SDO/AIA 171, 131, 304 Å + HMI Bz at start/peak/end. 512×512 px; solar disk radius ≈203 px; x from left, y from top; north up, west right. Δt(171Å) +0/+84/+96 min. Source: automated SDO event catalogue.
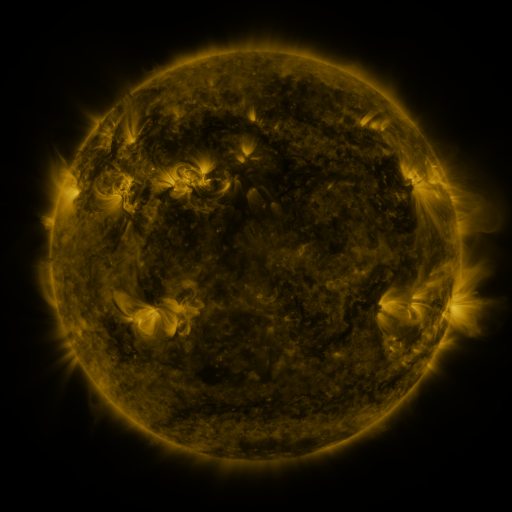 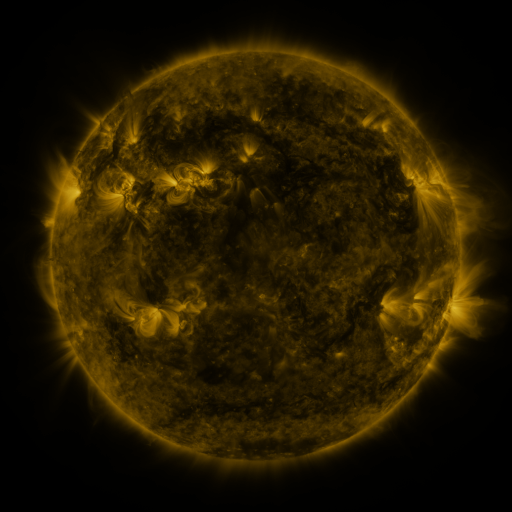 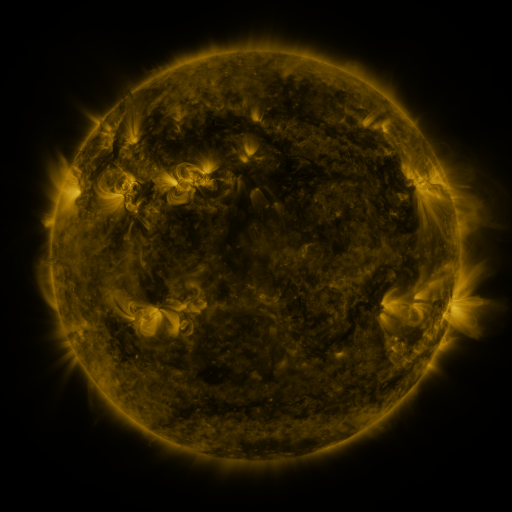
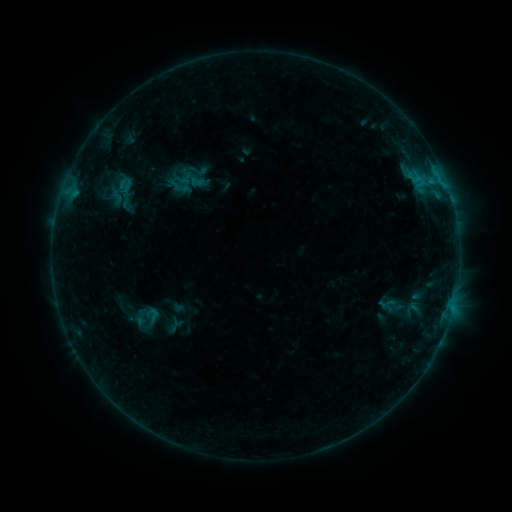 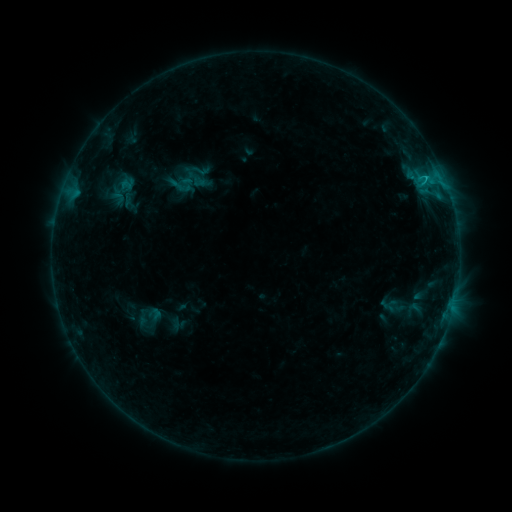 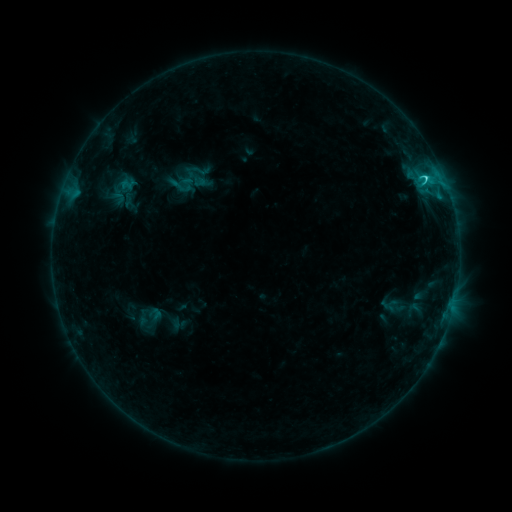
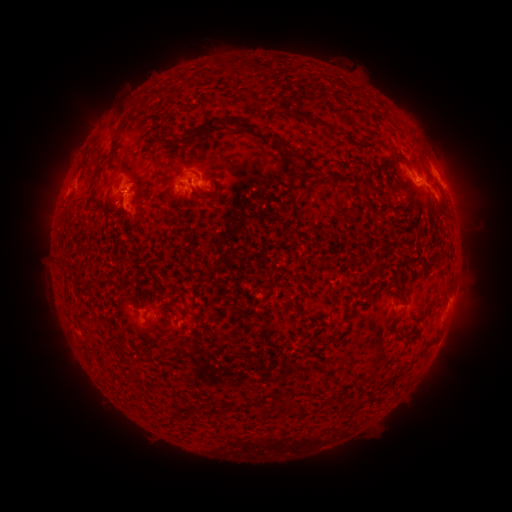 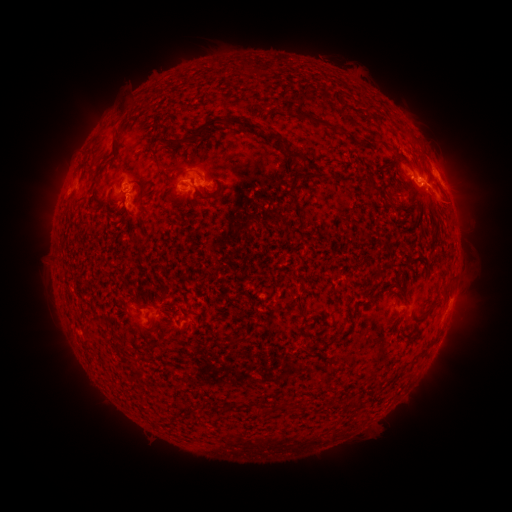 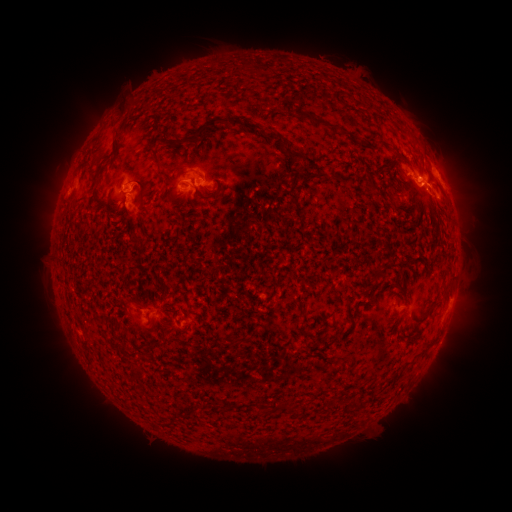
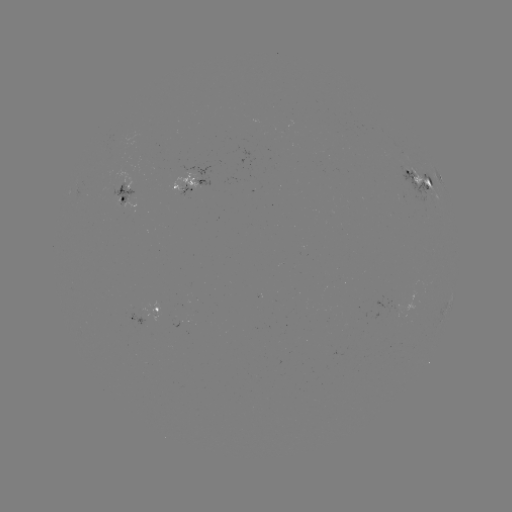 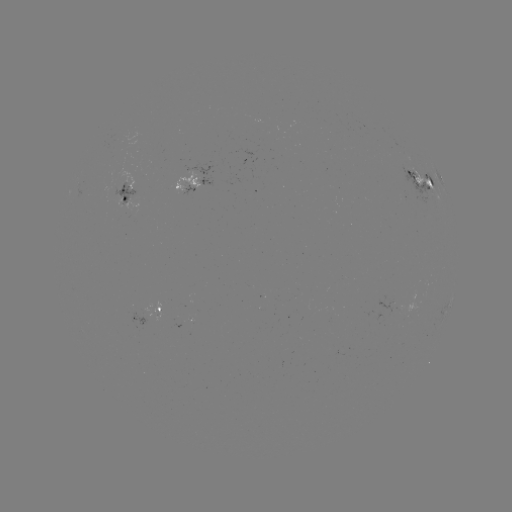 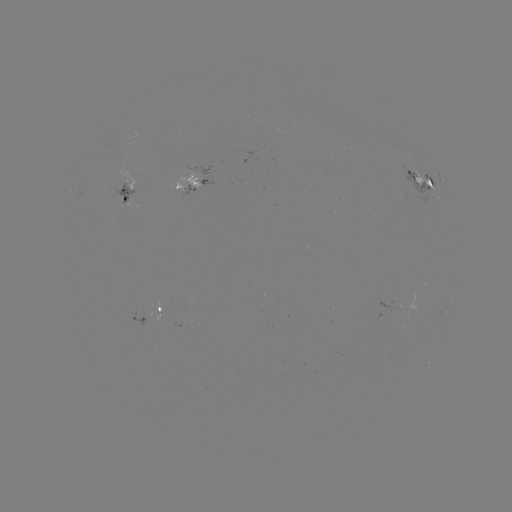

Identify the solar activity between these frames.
emerging-flux region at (203, 180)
